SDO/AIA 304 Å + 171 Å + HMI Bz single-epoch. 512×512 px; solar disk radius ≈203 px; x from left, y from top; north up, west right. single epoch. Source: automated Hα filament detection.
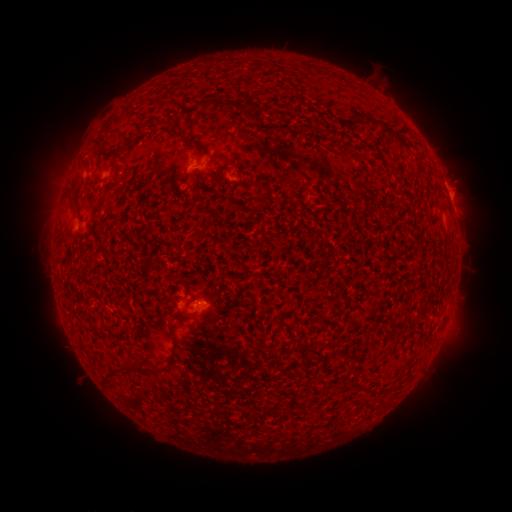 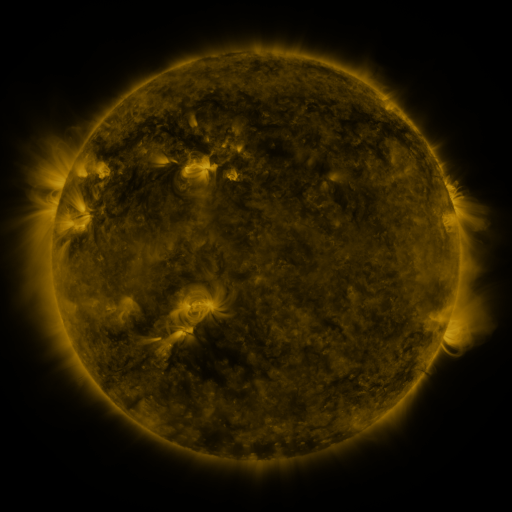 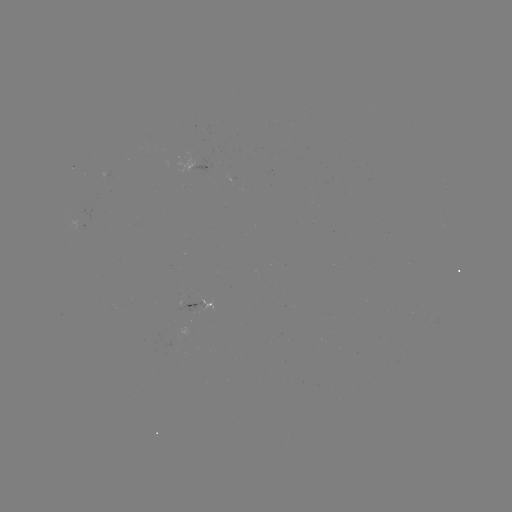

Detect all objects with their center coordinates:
filament: [224, 98, 257, 112]
filament: [372, 119, 386, 128]
filament: [67, 191, 76, 208]
filament: [103, 357, 134, 376]
filament: [138, 363, 161, 375]
